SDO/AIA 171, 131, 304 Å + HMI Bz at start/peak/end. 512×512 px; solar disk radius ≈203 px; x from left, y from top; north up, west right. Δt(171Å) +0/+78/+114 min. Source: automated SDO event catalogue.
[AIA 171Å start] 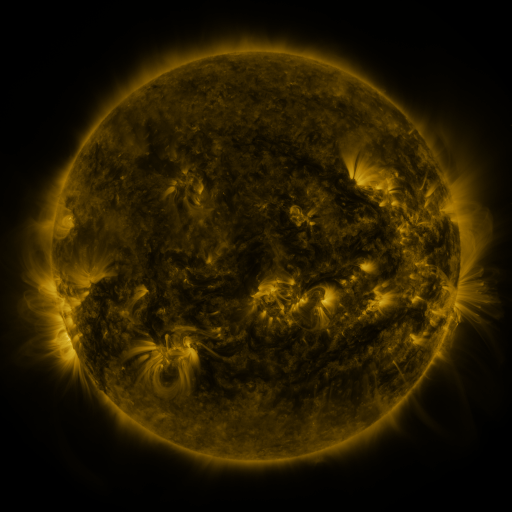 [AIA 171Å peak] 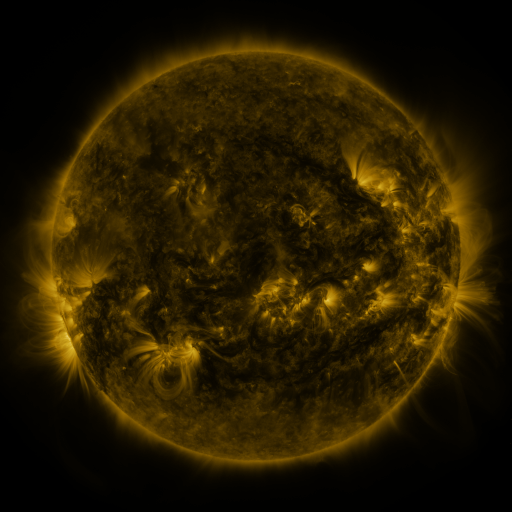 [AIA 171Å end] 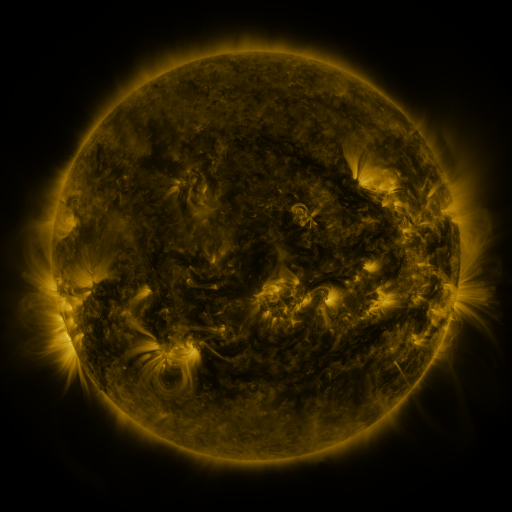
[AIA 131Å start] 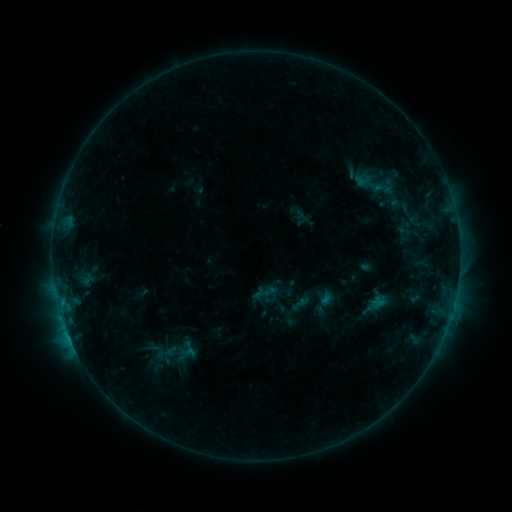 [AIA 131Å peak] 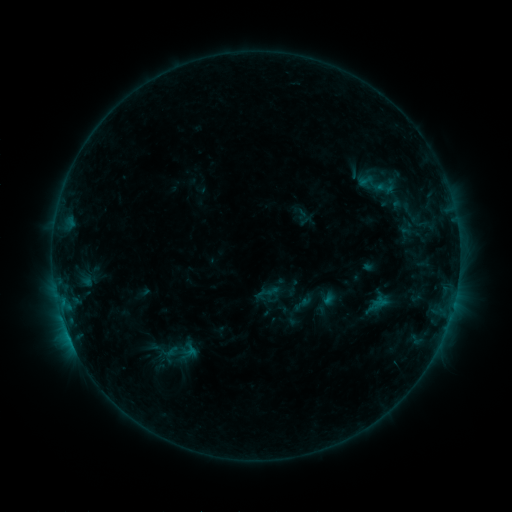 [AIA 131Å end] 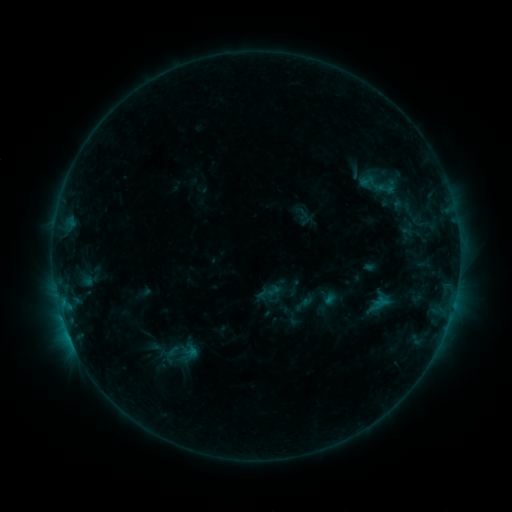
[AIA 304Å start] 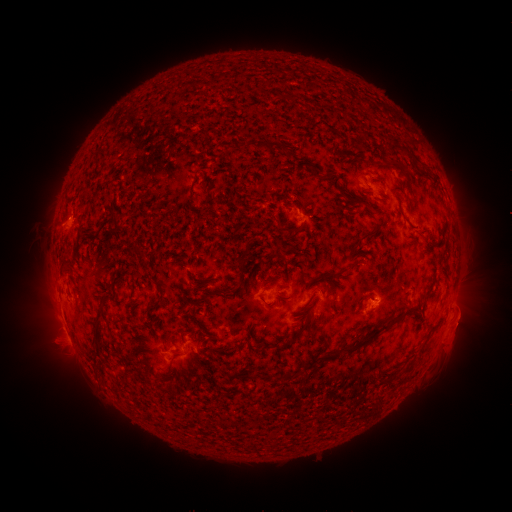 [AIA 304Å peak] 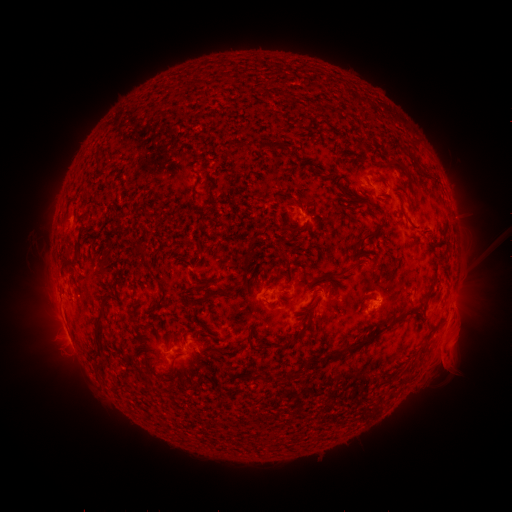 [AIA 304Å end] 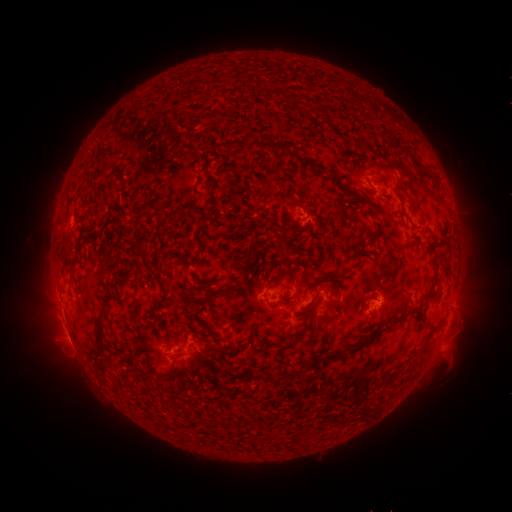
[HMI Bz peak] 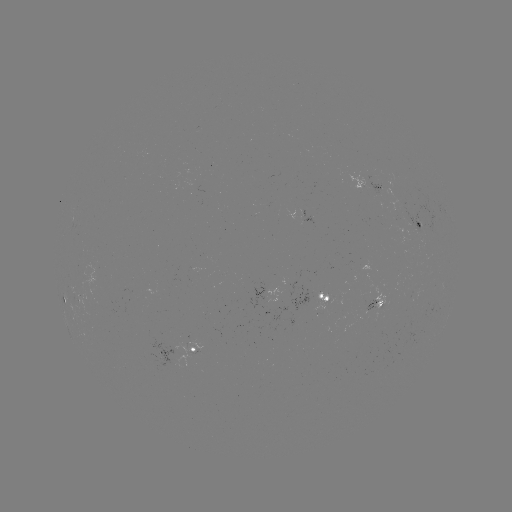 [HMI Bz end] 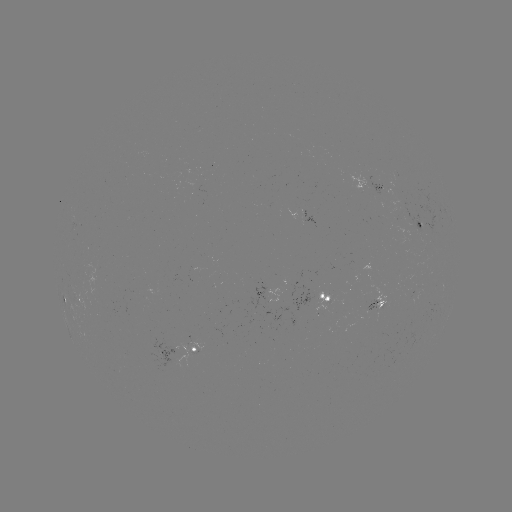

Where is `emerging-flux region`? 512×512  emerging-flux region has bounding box [183, 183, 204, 194].